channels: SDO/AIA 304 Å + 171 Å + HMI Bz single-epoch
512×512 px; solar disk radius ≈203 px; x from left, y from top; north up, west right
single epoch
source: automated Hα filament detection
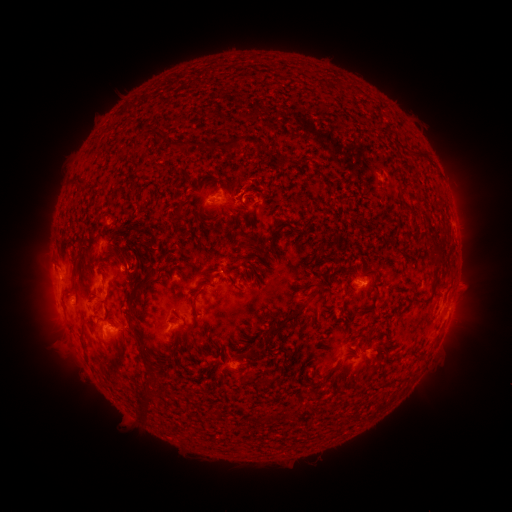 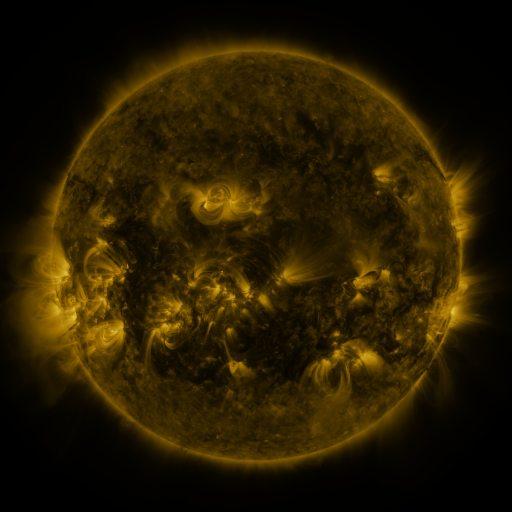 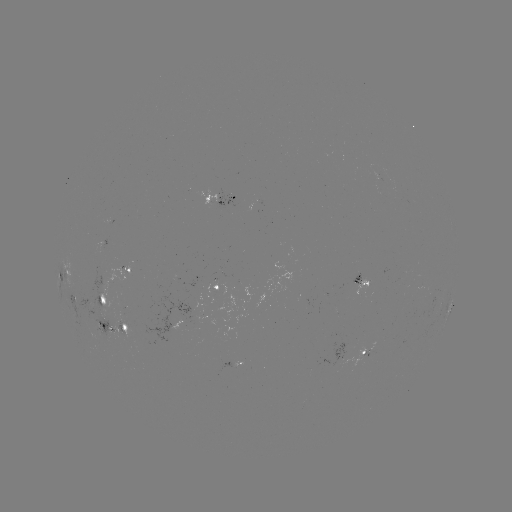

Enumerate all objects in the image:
filament: [270, 58, 285, 66]
filament: [172, 116, 185, 127]
filament: [185, 128, 230, 147]
filament: [234, 135, 260, 149]
filament: [89, 155, 99, 164]
filament: [428, 176, 440, 185]
filament: [332, 188, 343, 202]
filament: [275, 210, 283, 221]
filament: [404, 210, 415, 233]
filament: [274, 226, 291, 243]
filament: [240, 229, 251, 237]
filament: [122, 232, 130, 244]
filament: [73, 235, 81, 245]
filament: [243, 239, 259, 249]
filament: [116, 247, 167, 302]
filament: [79, 248, 91, 262]
filament: [165, 249, 173, 259]
filament: [253, 258, 261, 266]
filament: [59, 262, 69, 275]
filament: [193, 272, 204, 279]
filament: [319, 281, 332, 295]
filament: [289, 289, 300, 302]
filament: [305, 293, 319, 302]
filament: [427, 296, 434, 307]
filament: [249, 310, 299, 340]
filament: [124, 322, 133, 343]
filament: [134, 343, 143, 352]
filament: [263, 348, 282, 367]
filament: [124, 361, 136, 374]
